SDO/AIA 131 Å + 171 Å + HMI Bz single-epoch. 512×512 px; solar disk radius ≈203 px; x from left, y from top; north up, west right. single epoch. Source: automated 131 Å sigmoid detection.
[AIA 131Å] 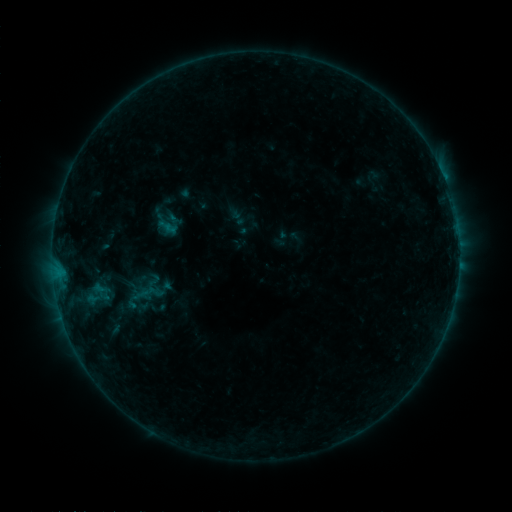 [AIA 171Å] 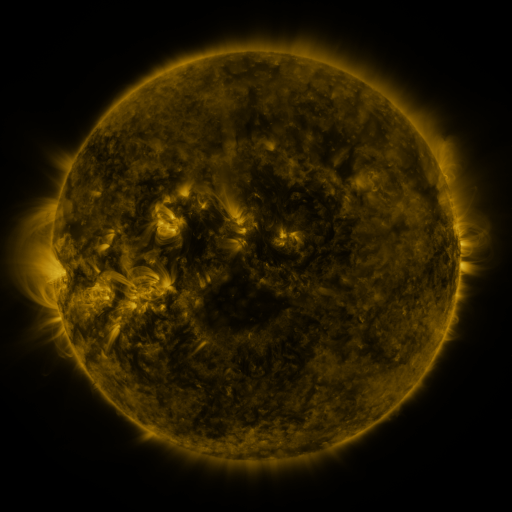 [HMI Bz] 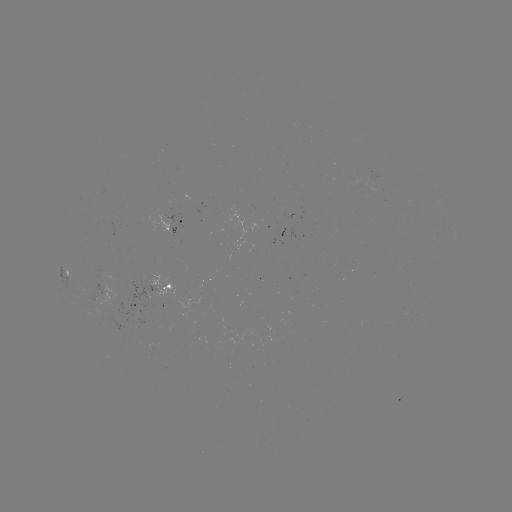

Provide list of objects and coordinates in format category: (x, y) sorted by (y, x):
sigmoid: (155, 292)
